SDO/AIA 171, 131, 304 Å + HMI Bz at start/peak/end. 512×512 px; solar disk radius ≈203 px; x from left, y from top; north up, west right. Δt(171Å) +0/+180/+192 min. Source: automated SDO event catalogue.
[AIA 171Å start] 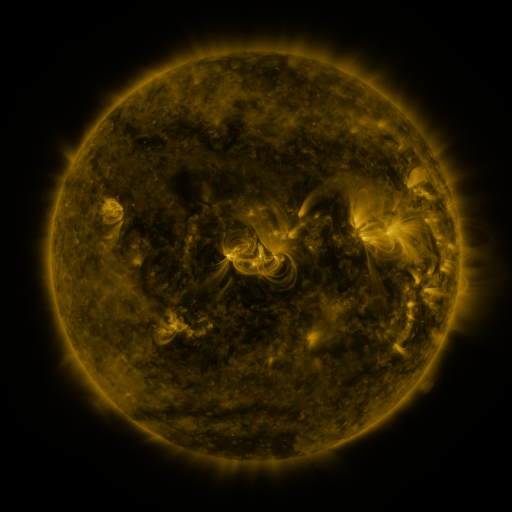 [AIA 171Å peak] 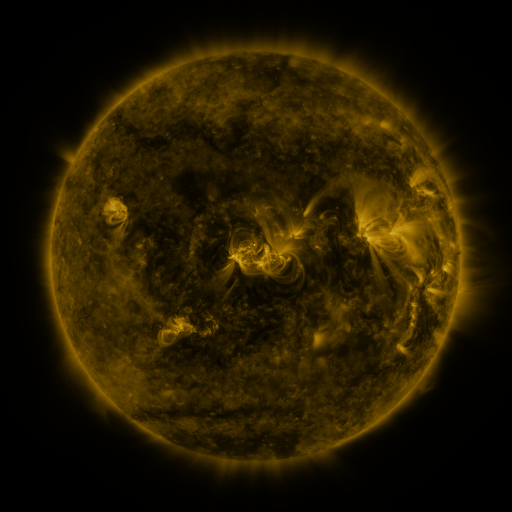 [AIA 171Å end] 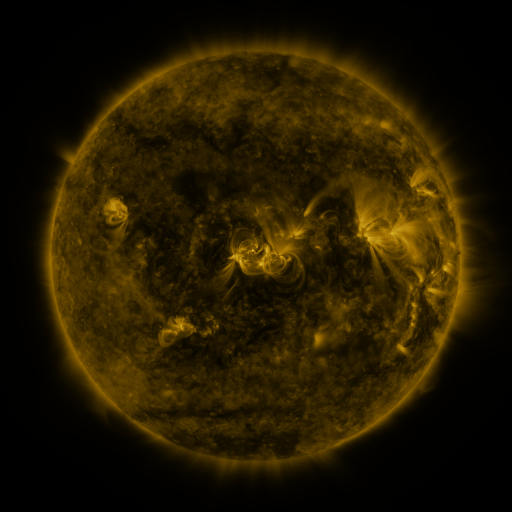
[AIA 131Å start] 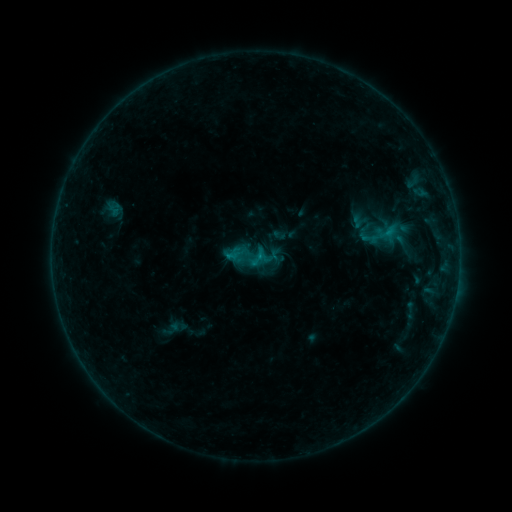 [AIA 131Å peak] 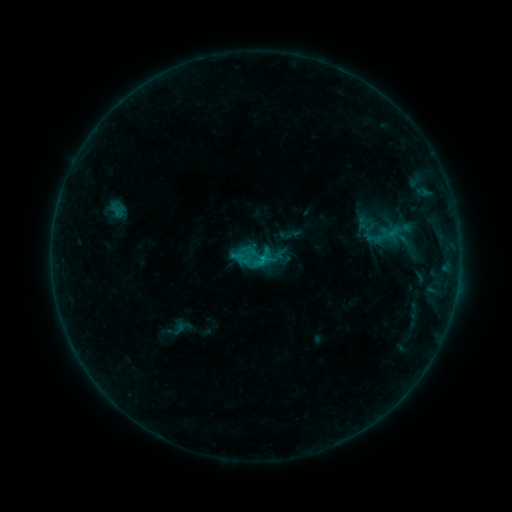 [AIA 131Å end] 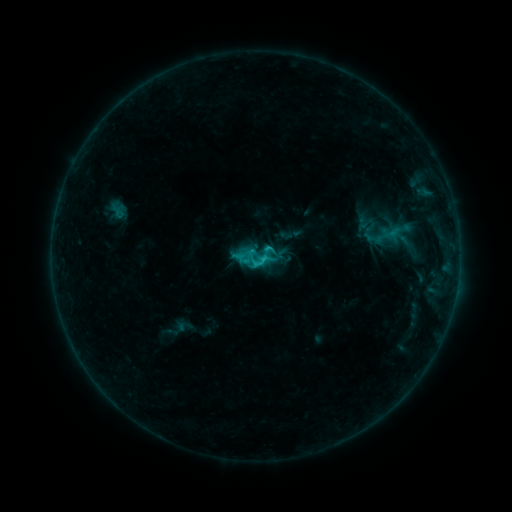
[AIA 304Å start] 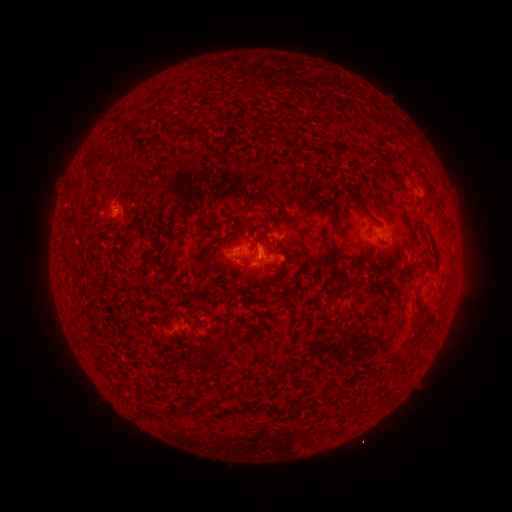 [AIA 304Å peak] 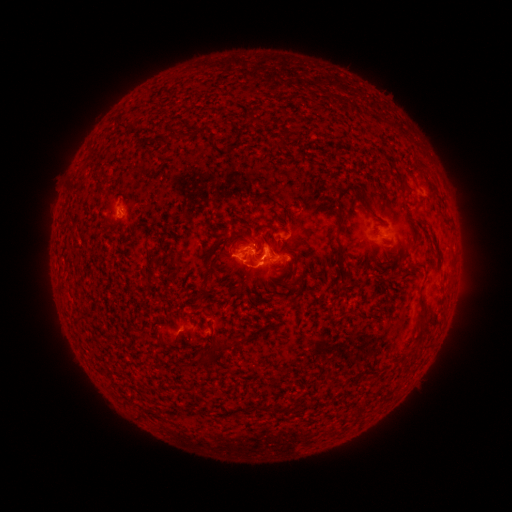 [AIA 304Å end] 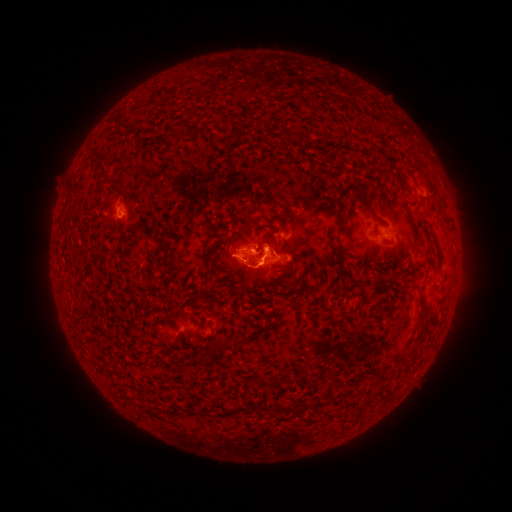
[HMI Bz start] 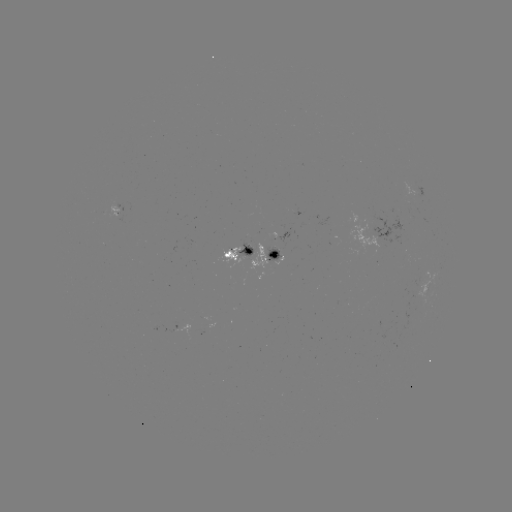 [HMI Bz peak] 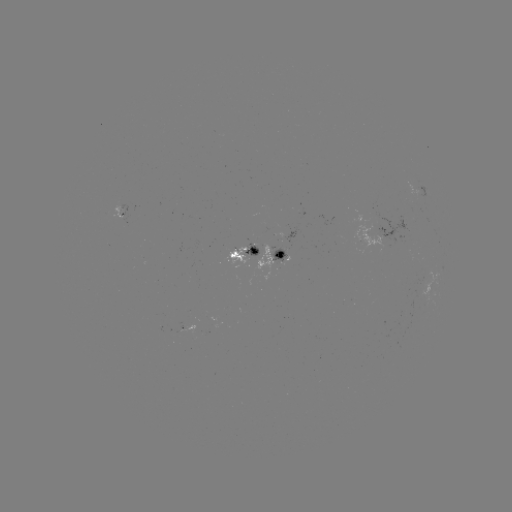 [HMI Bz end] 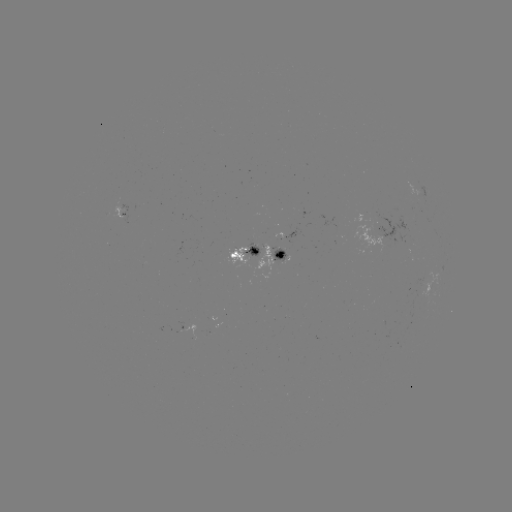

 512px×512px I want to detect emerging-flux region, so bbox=[111, 205, 124, 218].